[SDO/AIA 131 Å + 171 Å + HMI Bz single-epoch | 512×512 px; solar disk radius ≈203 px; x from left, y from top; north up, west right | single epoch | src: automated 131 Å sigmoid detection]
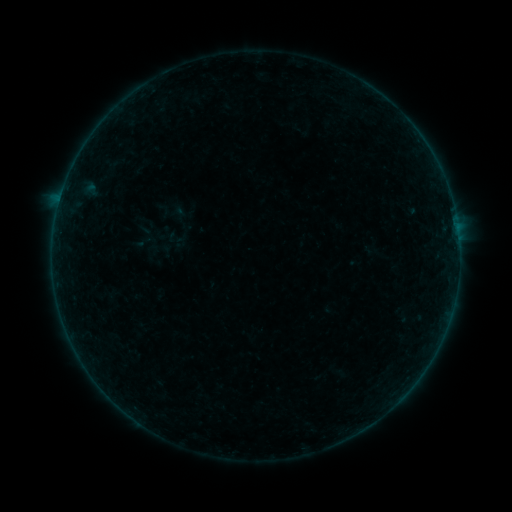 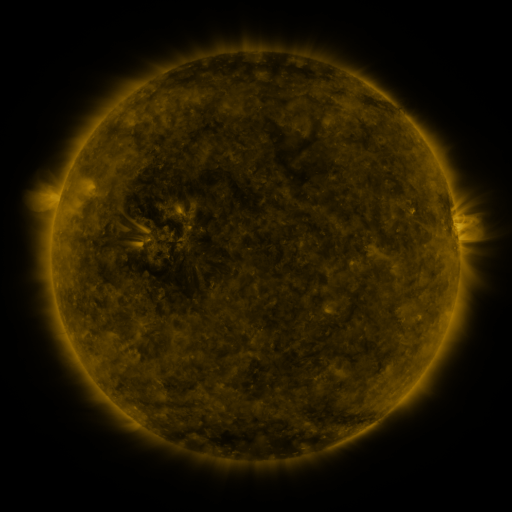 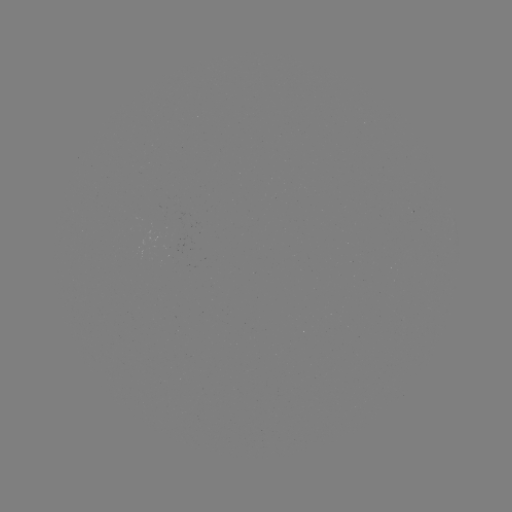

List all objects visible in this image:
sigmoid: <bbox>132, 232, 152, 252</bbox>
